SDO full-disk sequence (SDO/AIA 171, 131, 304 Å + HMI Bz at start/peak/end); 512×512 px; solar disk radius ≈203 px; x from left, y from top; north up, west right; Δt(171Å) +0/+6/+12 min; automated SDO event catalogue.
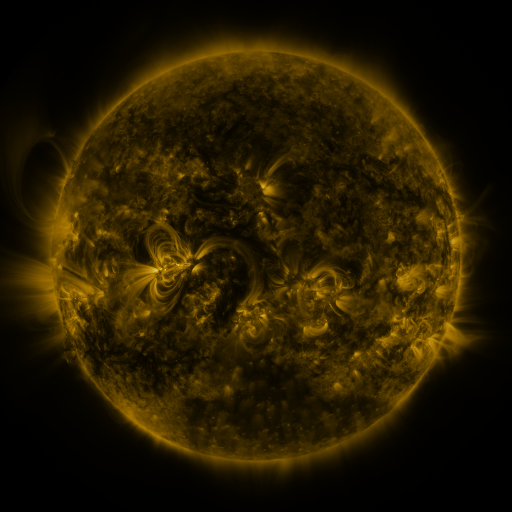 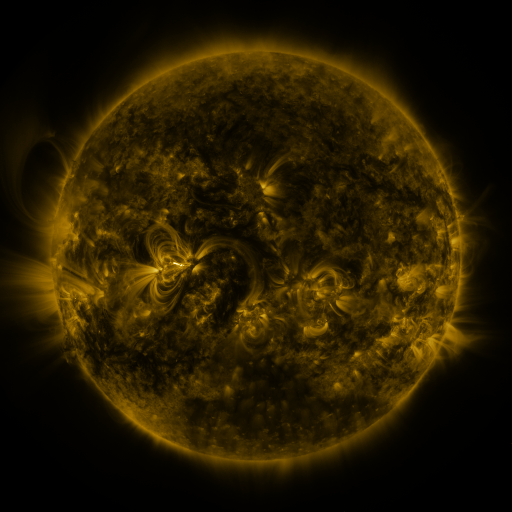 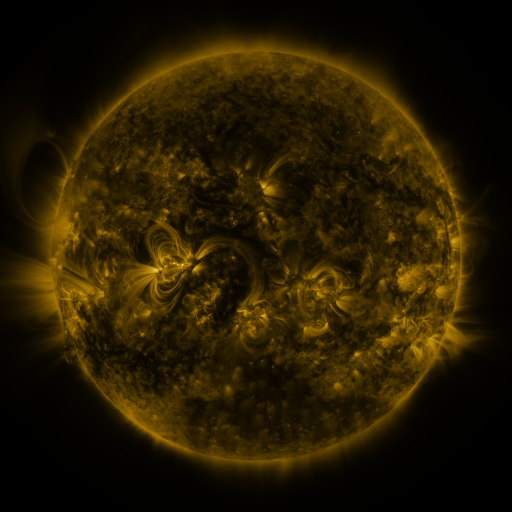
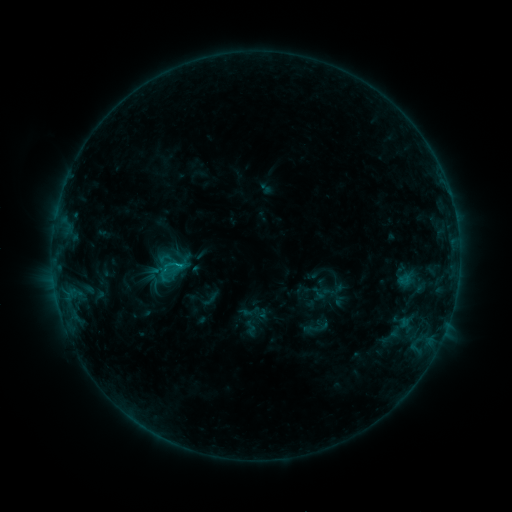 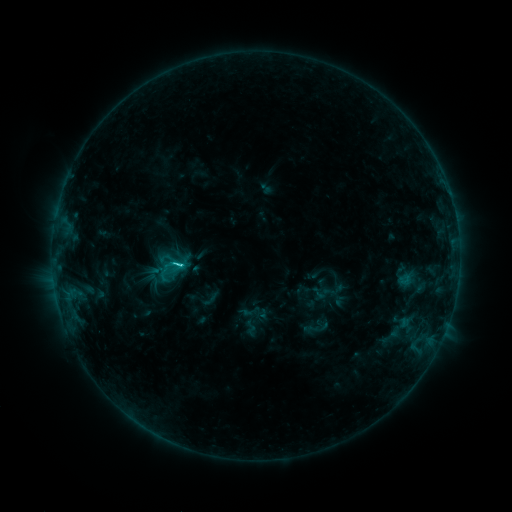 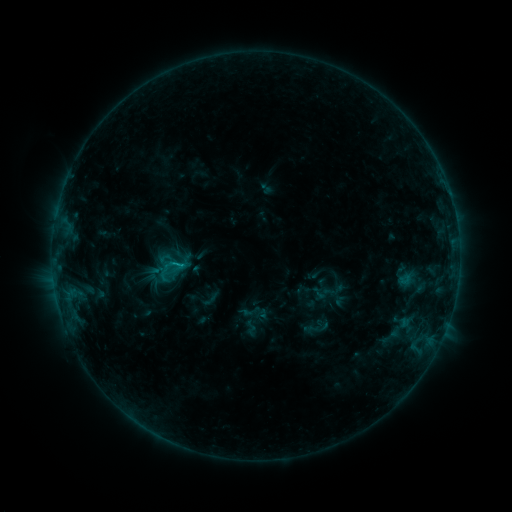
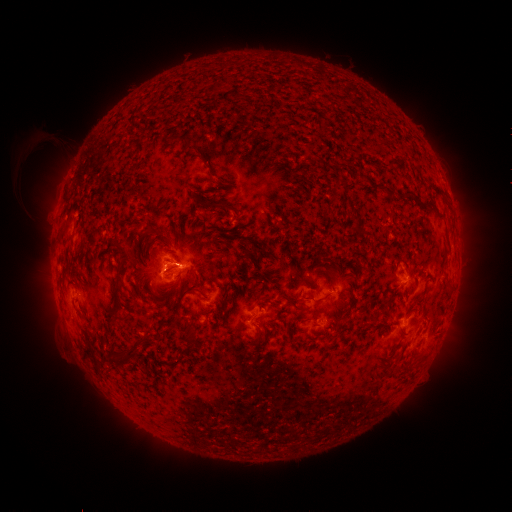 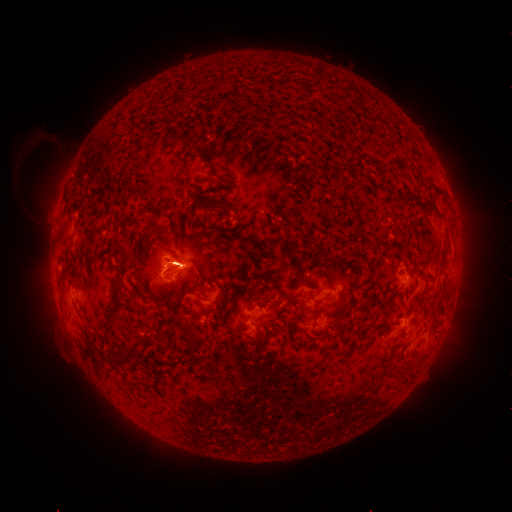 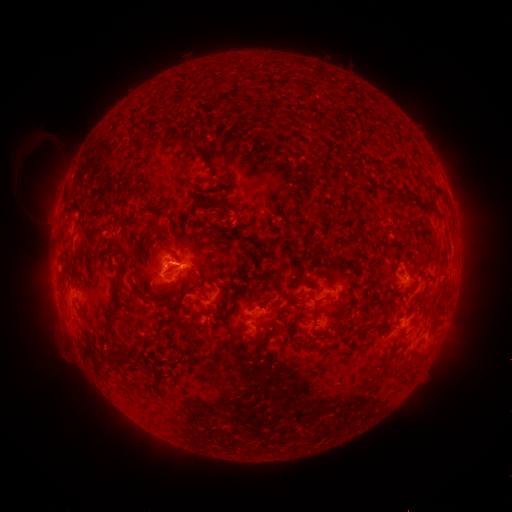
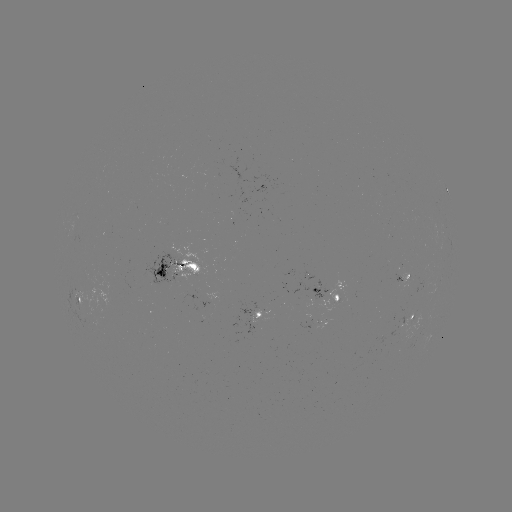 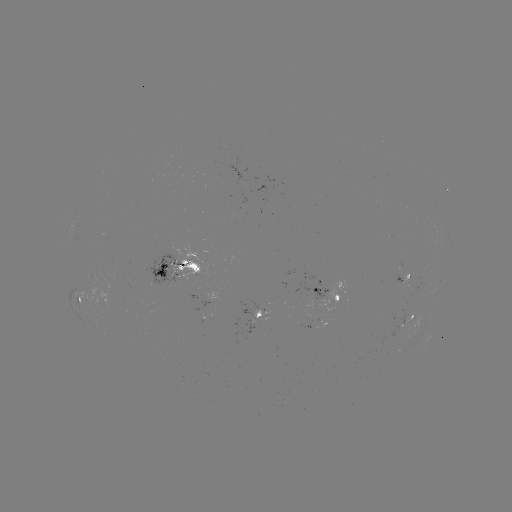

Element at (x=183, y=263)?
C1.7 flare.